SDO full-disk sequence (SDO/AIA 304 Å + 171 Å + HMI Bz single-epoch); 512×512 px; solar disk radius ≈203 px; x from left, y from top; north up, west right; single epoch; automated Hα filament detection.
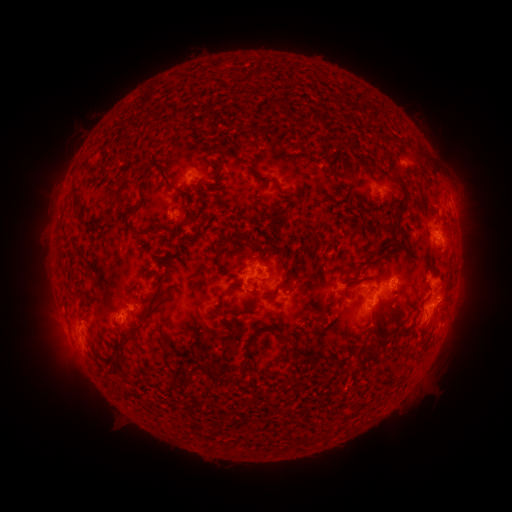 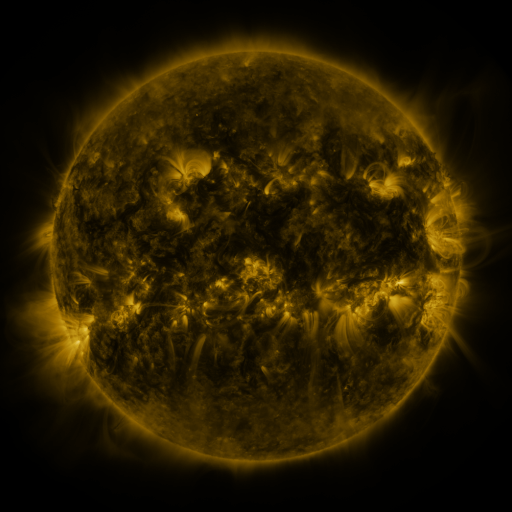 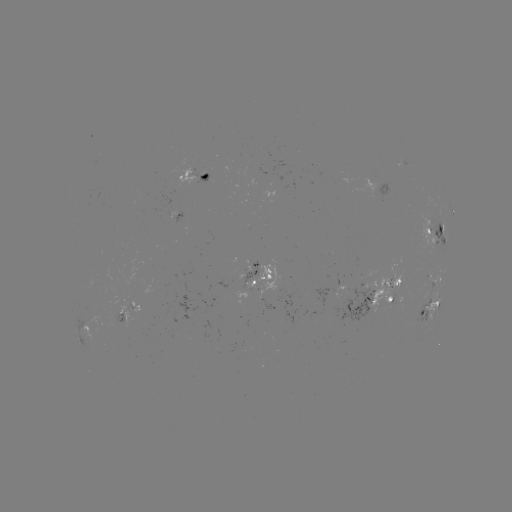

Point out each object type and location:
filament: [241, 68, 261, 83]
filament: [266, 97, 276, 109]
filament: [214, 144, 249, 165]
filament: [412, 148, 426, 165]
filament: [325, 159, 336, 177]
filament: [206, 168, 220, 179]
filament: [389, 171, 410, 246]
filament: [259, 175, 289, 201]
filament: [201, 180, 220, 193]
filament: [68, 183, 81, 212]
filament: [163, 183, 188, 199]
filament: [193, 183, 208, 204]
filament: [333, 189, 346, 201]
filament: [102, 204, 115, 226]
filament: [129, 206, 140, 217]
filament: [264, 207, 290, 223]
filament: [185, 209, 197, 226]
filament: [123, 219, 161, 238]
filament: [81, 223, 99, 235]
filament: [215, 237, 238, 256]
filament: [364, 246, 373, 256]
filament: [166, 249, 189, 268]
filament: [336, 259, 361, 276]
filament: [57, 260, 66, 274]
filament: [165, 266, 177, 273]
filament: [256, 266, 265, 275]
filament: [138, 270, 150, 280]
filament: [153, 272, 165, 289]
filament: [367, 281, 378, 290]
filament: [210, 285, 239, 318]
filament: [338, 285, 349, 302]
filament: [262, 287, 279, 300]
filament: [355, 289, 364, 298]
filament: [114, 302, 160, 371]
filament: [223, 304, 257, 315]
filament: [276, 312, 287, 322]
filament: [300, 315, 338, 328]
filament: [371, 315, 384, 343]
filament: [392, 324, 411, 336]
filament: [276, 326, 291, 344]
filament: [419, 328, 432, 344]
filament: [365, 338, 382, 354]
filament: [293, 343, 301, 358]
filament: [406, 347, 424, 358]
filament: [227, 356, 251, 392]
filament: [356, 360, 365, 368]
filament: [206, 361, 225, 381]
filament: [115, 387, 126, 398]
